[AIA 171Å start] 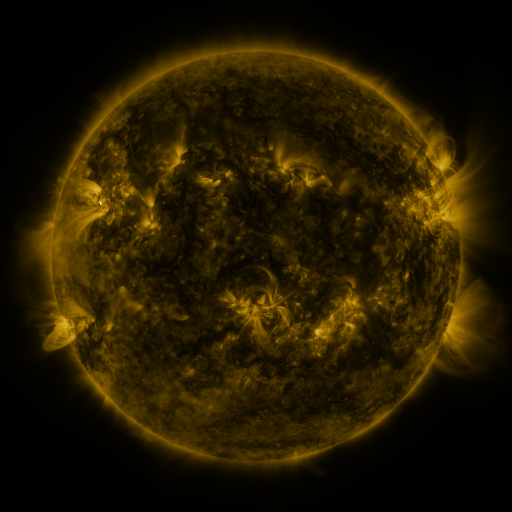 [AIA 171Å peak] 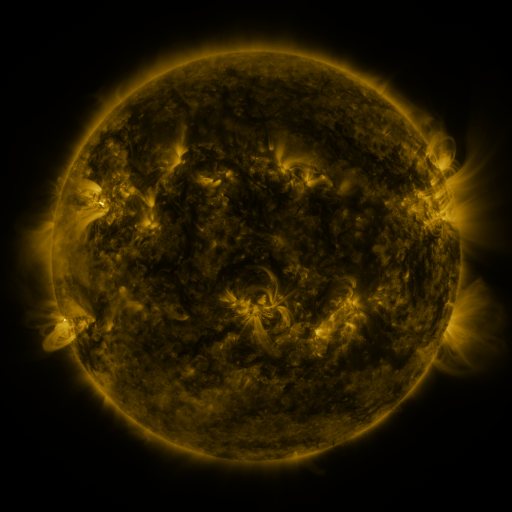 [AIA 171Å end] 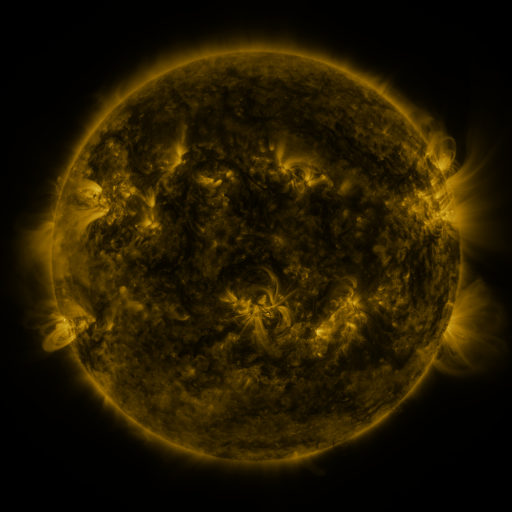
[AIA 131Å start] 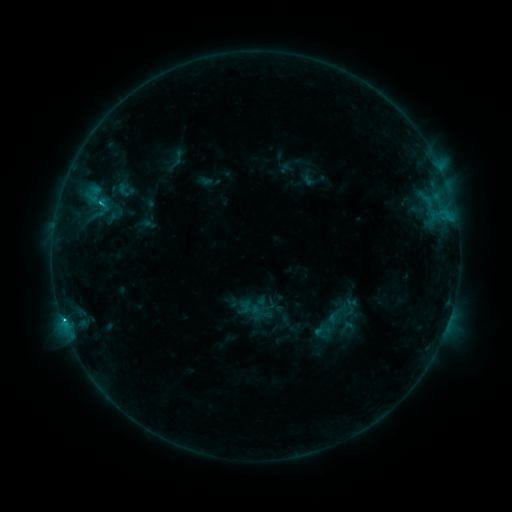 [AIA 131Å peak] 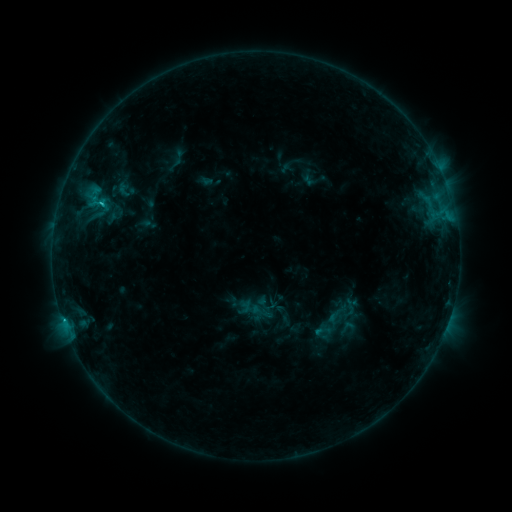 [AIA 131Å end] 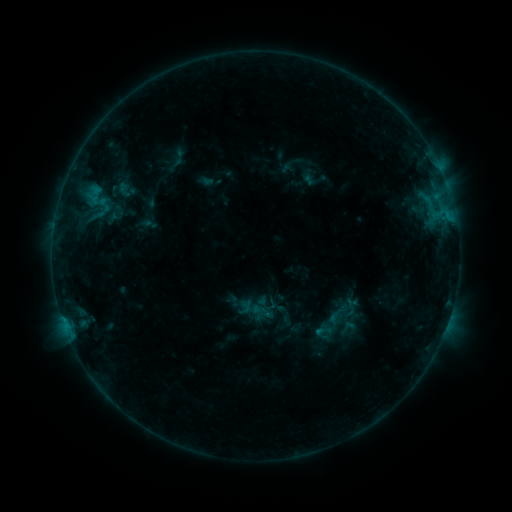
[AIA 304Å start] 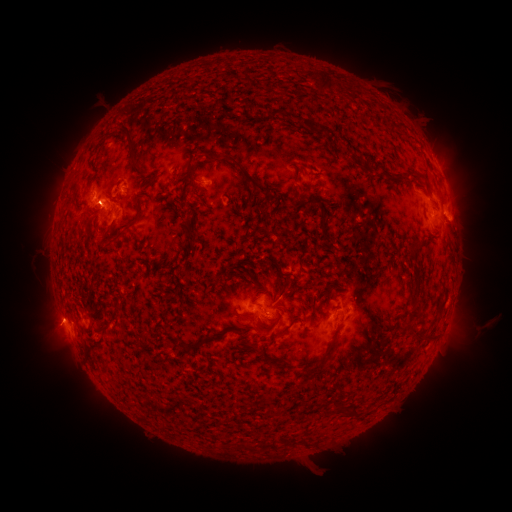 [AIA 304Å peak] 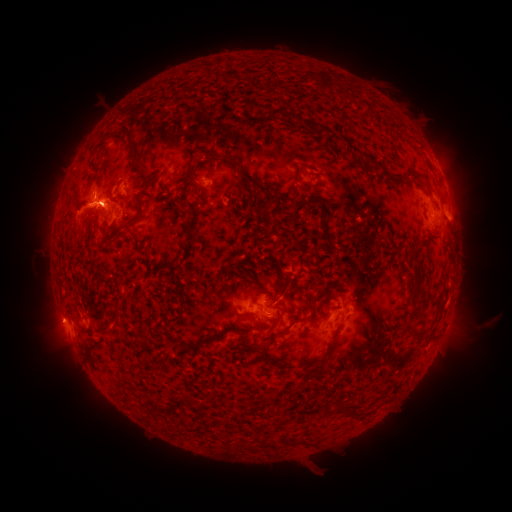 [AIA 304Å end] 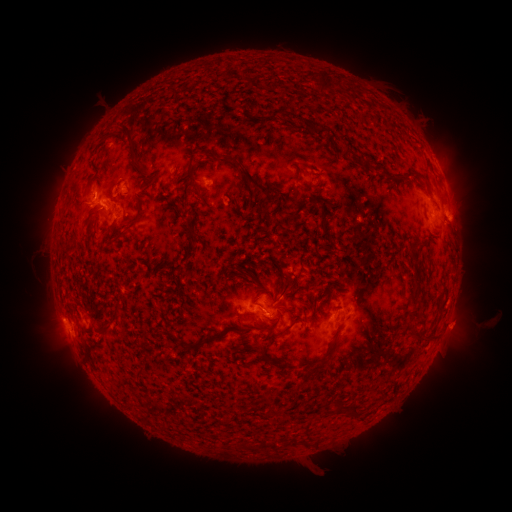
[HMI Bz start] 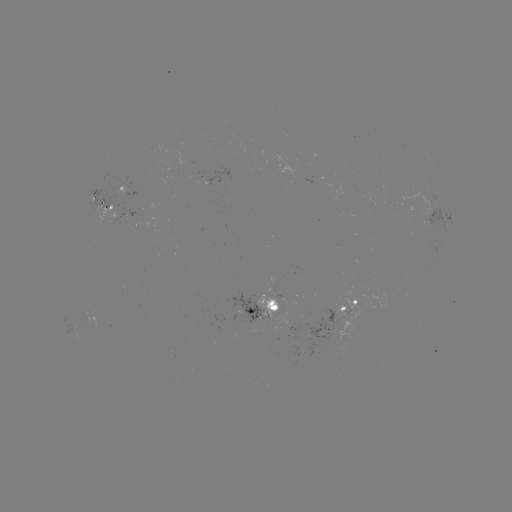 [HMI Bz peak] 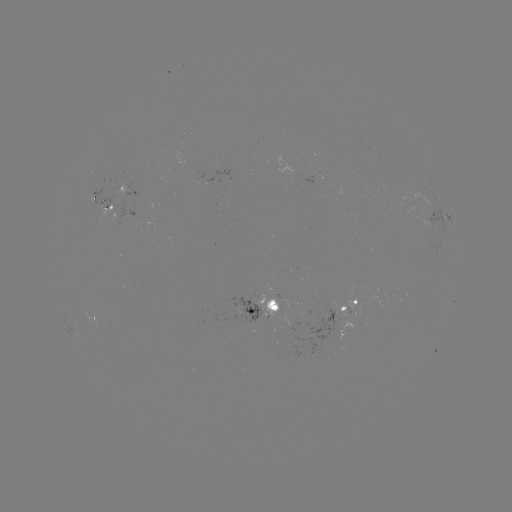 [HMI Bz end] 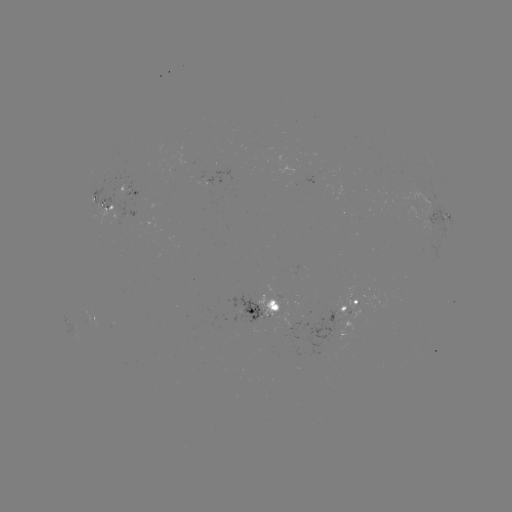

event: eruption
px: (77, 214)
